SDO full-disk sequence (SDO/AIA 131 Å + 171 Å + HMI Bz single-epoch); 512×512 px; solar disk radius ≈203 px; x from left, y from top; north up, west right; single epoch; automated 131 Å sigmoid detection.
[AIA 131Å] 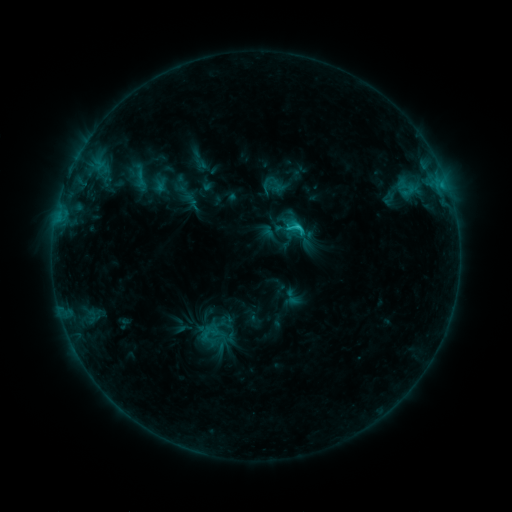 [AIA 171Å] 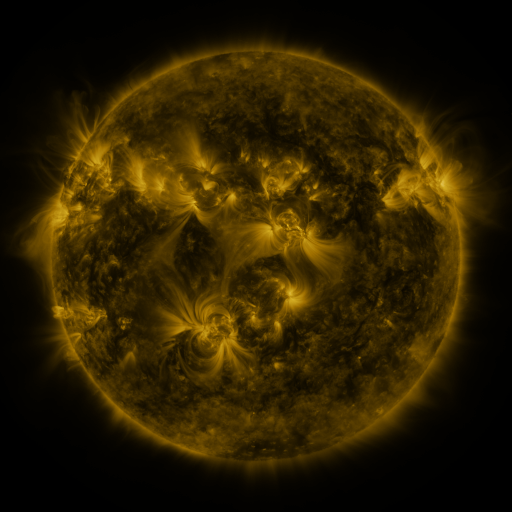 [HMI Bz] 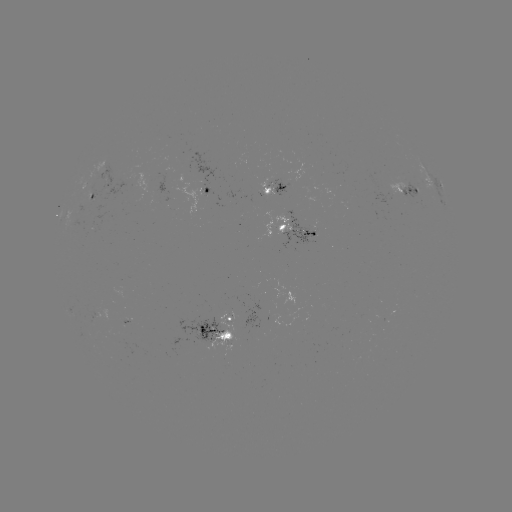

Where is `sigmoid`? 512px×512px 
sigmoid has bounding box [284, 218, 306, 239].